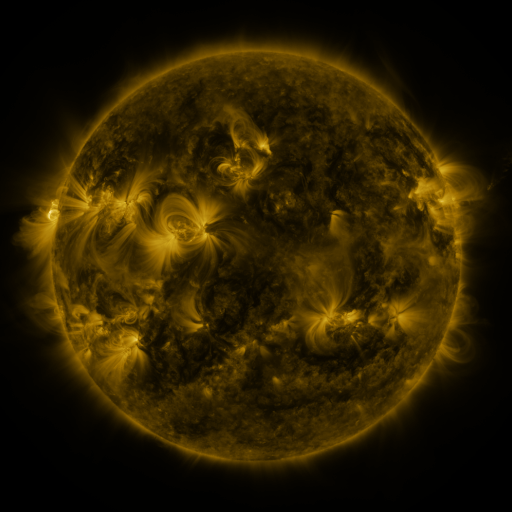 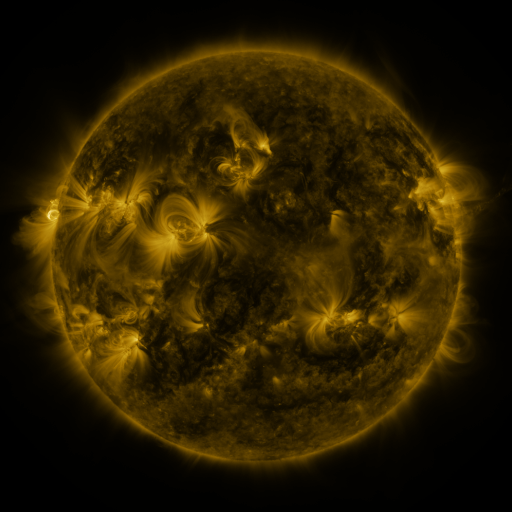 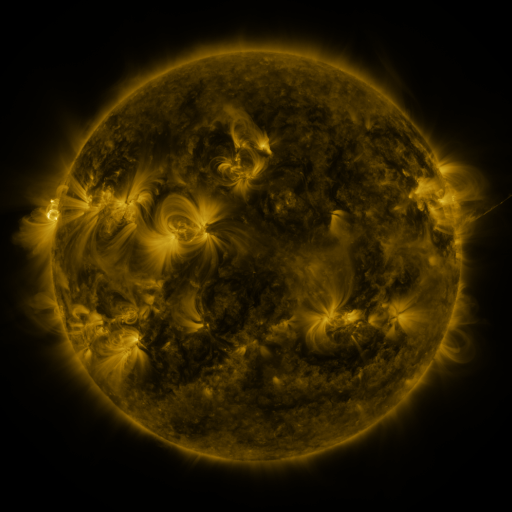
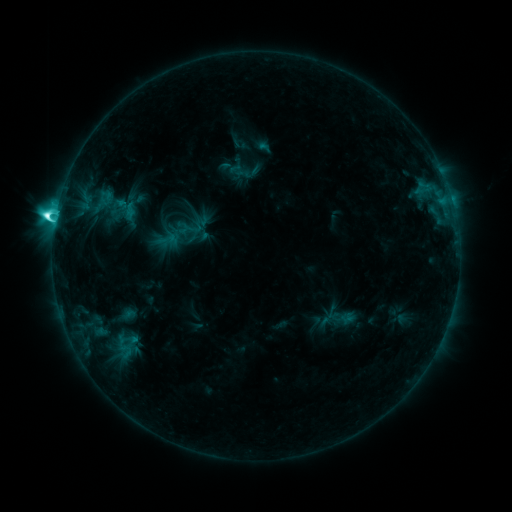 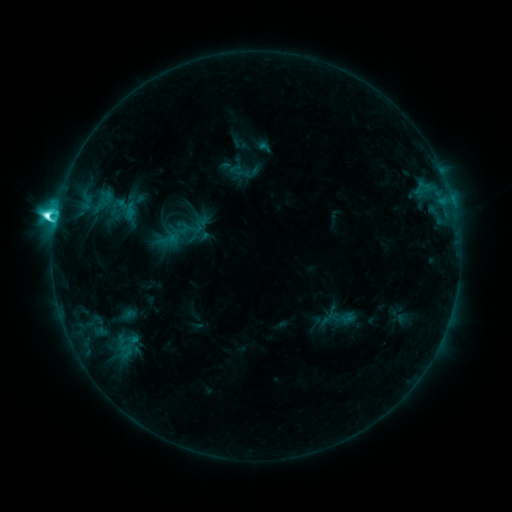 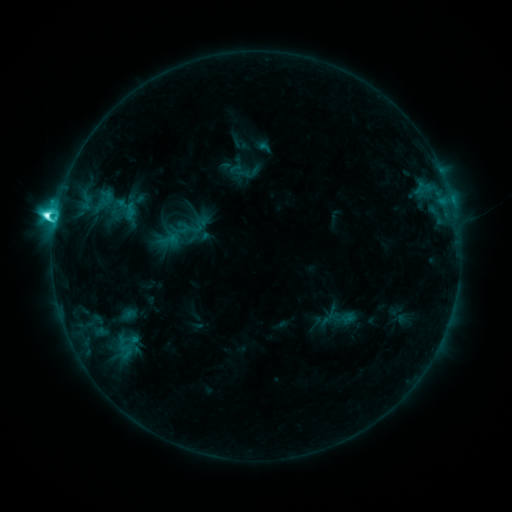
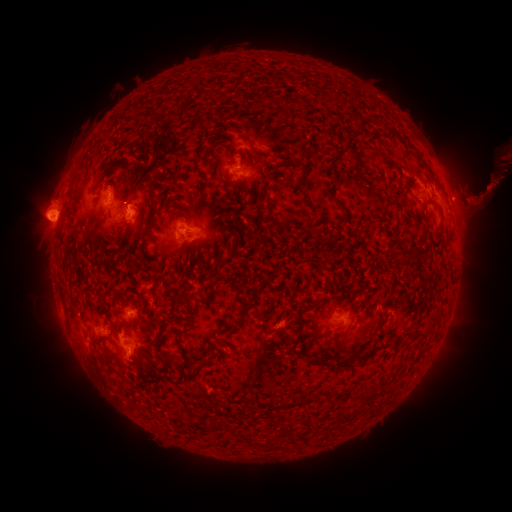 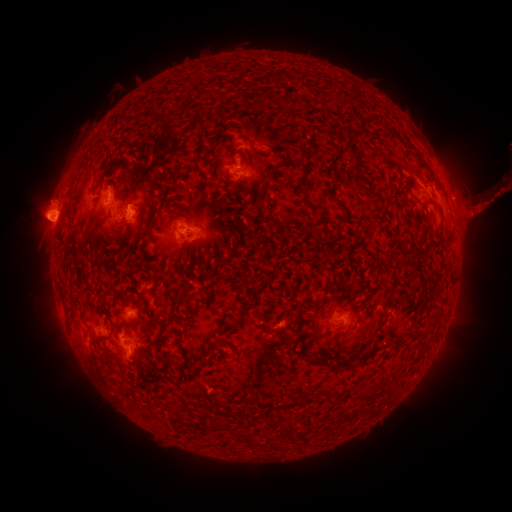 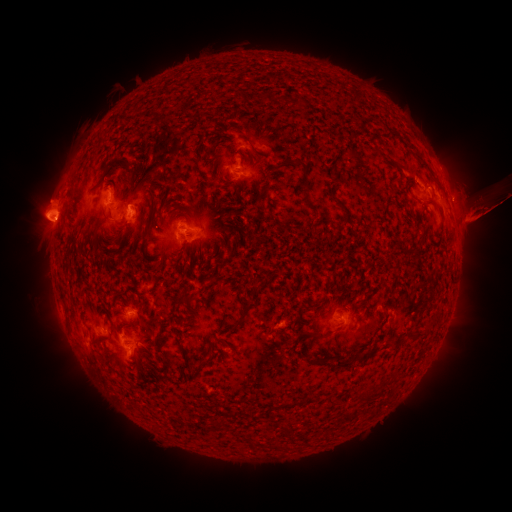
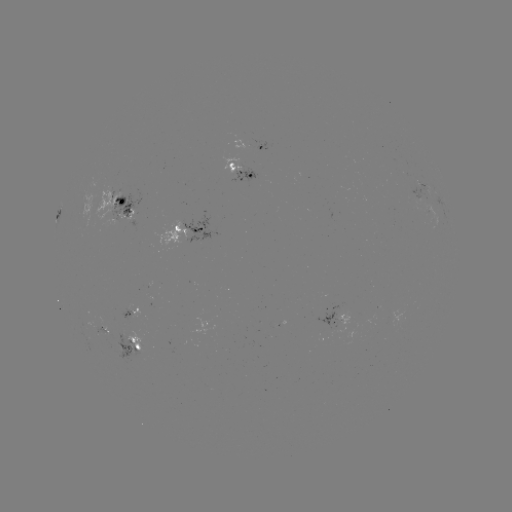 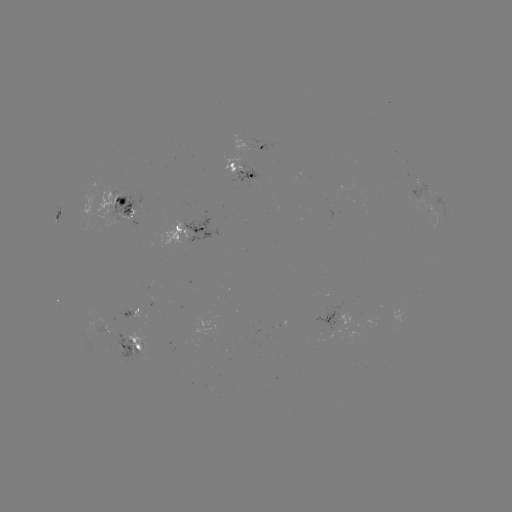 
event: eruption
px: (23, 192)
